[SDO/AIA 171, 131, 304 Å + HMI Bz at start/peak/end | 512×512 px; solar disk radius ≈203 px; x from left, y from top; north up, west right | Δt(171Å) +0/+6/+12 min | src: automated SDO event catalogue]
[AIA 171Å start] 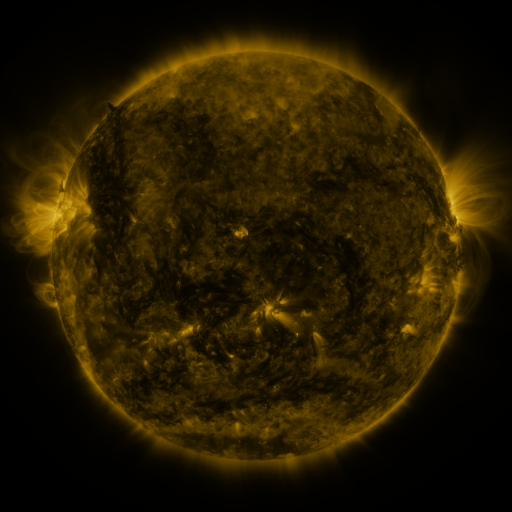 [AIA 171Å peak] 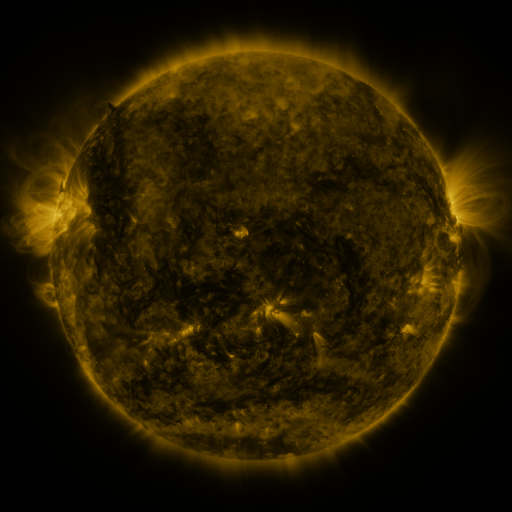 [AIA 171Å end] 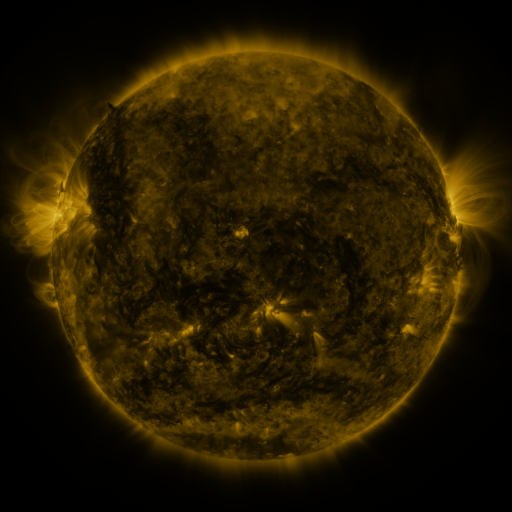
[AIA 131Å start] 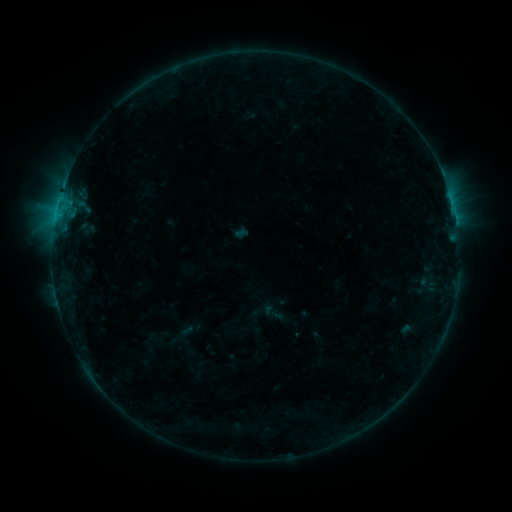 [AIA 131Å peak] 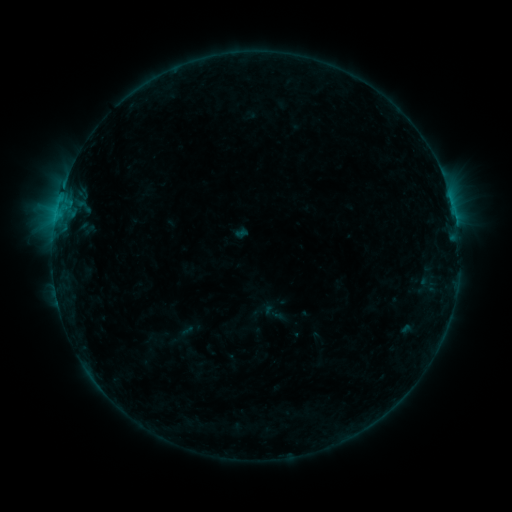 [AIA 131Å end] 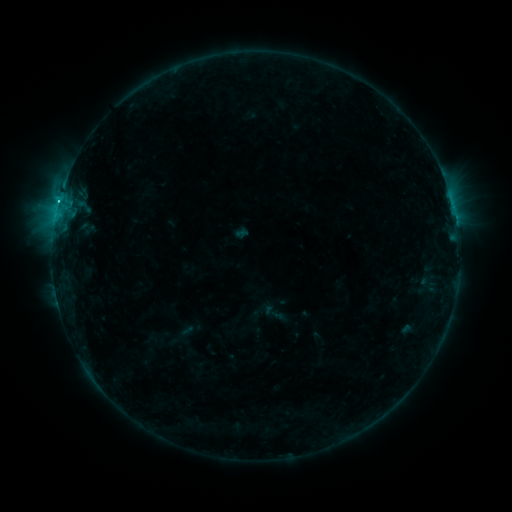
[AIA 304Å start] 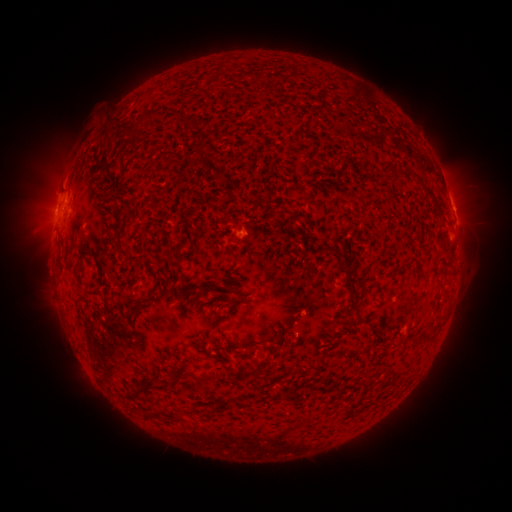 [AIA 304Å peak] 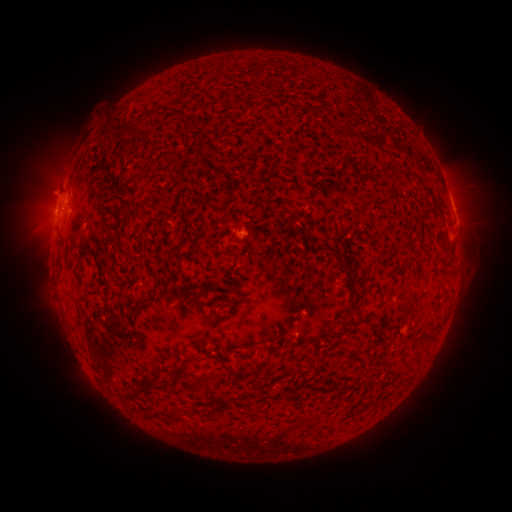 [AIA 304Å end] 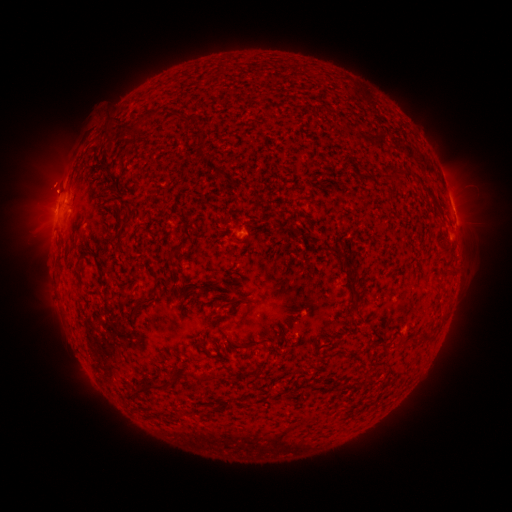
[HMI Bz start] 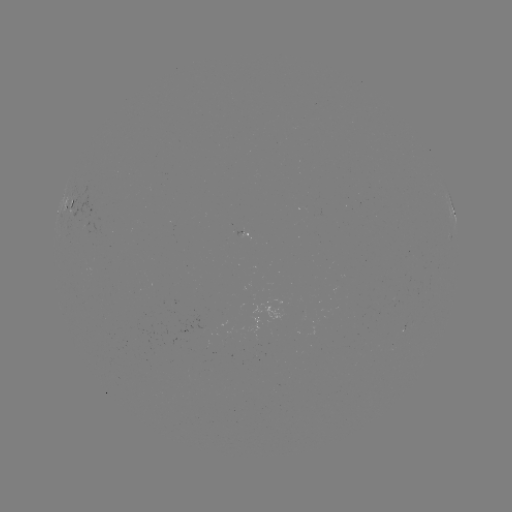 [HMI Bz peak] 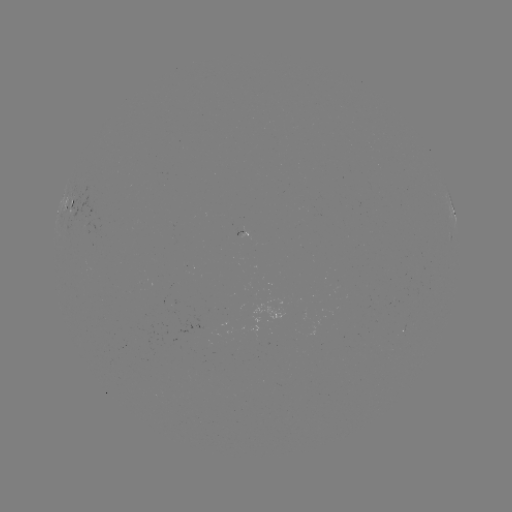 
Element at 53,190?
eruption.